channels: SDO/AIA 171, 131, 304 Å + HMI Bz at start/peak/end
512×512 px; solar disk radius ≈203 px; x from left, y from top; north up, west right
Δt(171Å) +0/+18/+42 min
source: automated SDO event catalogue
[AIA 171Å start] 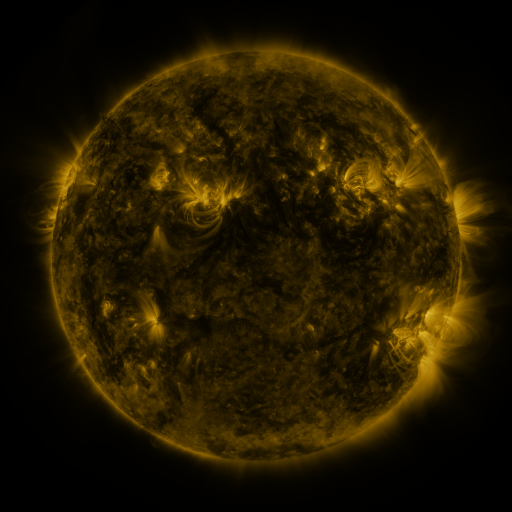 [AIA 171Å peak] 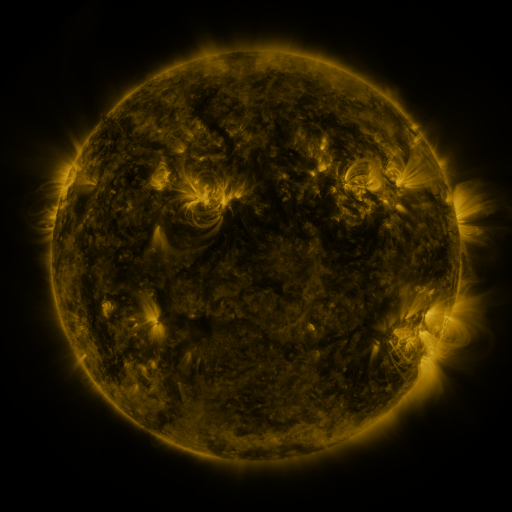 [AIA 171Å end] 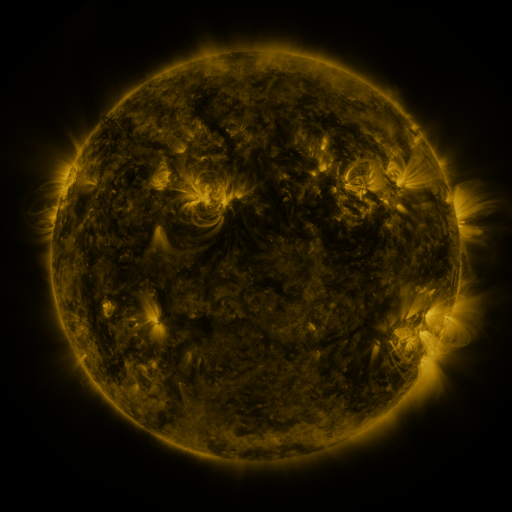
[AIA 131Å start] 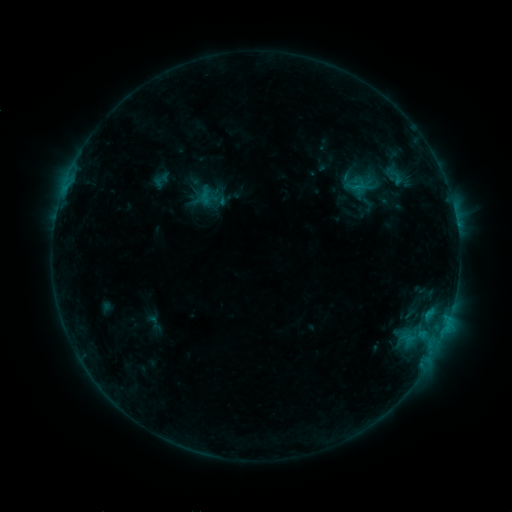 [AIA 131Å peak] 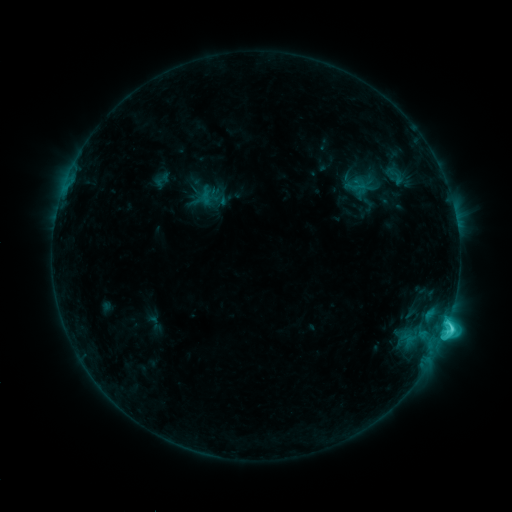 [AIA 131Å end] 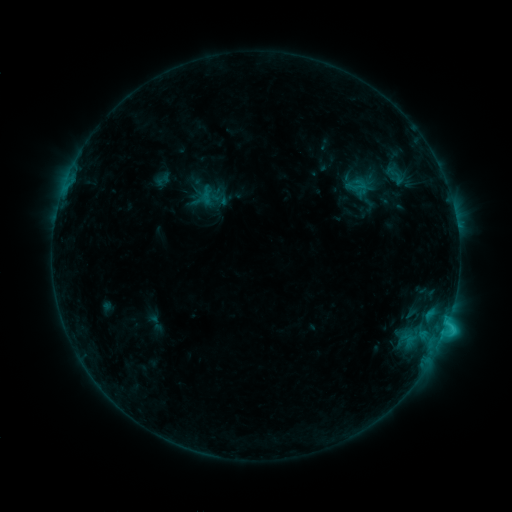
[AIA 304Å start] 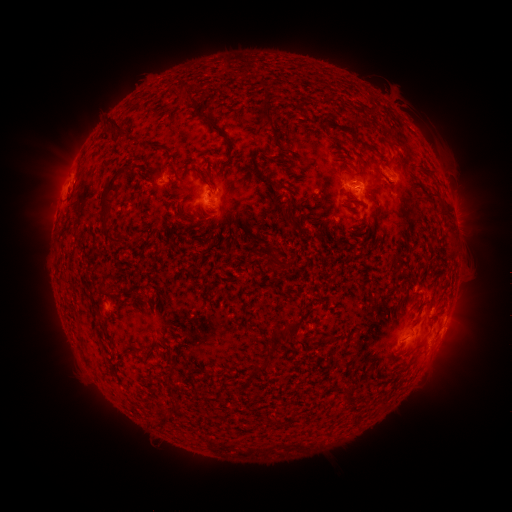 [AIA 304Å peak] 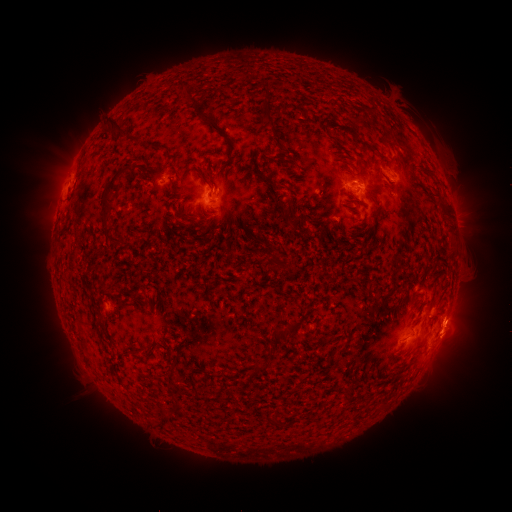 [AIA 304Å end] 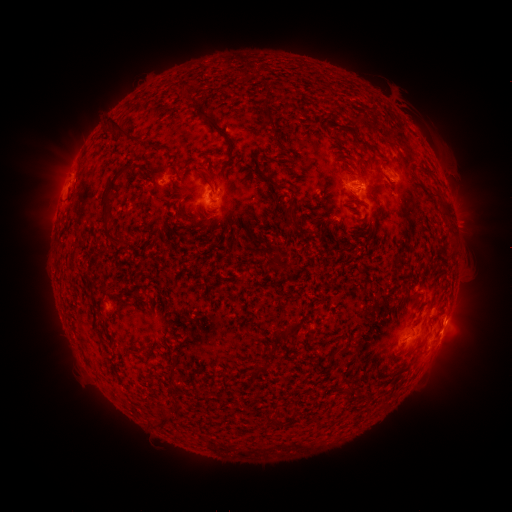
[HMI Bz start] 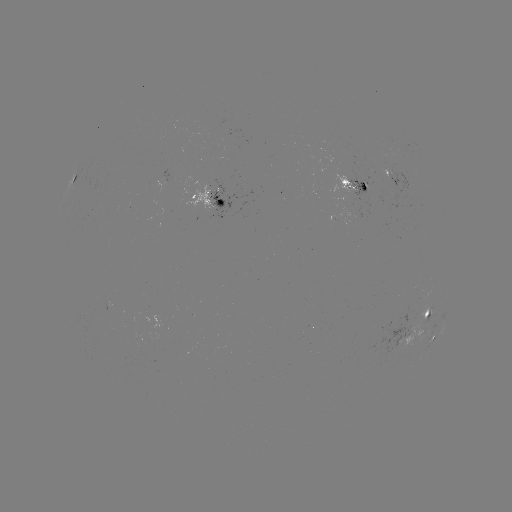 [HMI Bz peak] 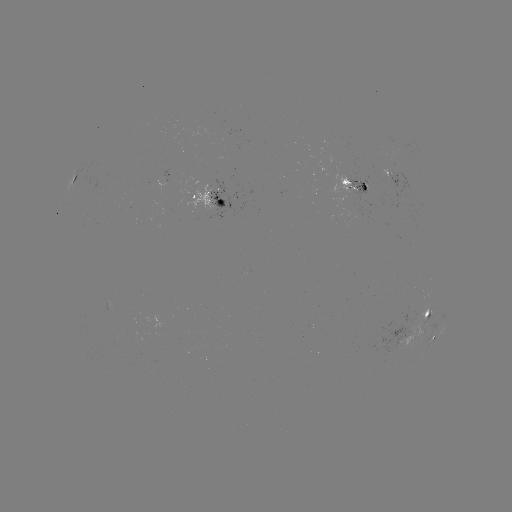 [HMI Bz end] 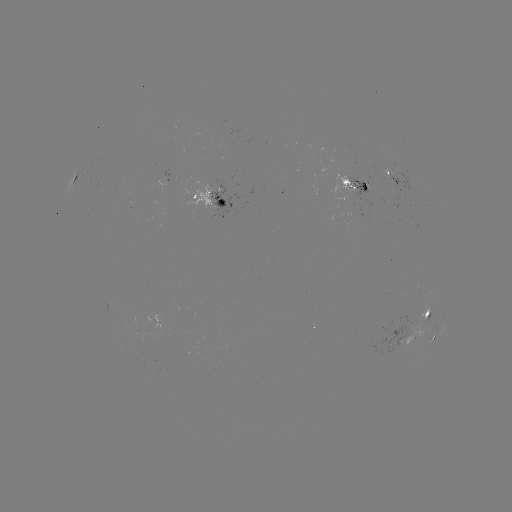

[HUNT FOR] C4.9 flare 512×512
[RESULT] [446, 324]